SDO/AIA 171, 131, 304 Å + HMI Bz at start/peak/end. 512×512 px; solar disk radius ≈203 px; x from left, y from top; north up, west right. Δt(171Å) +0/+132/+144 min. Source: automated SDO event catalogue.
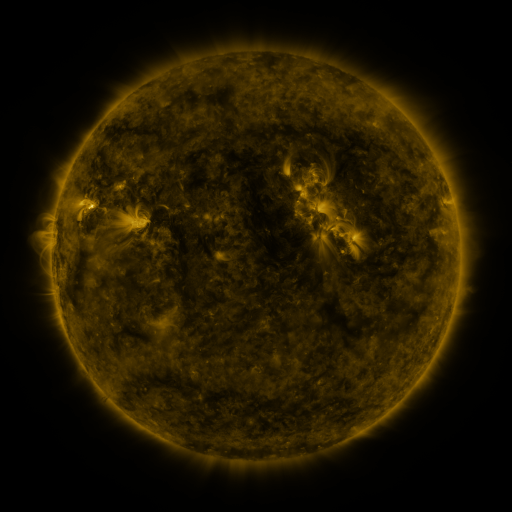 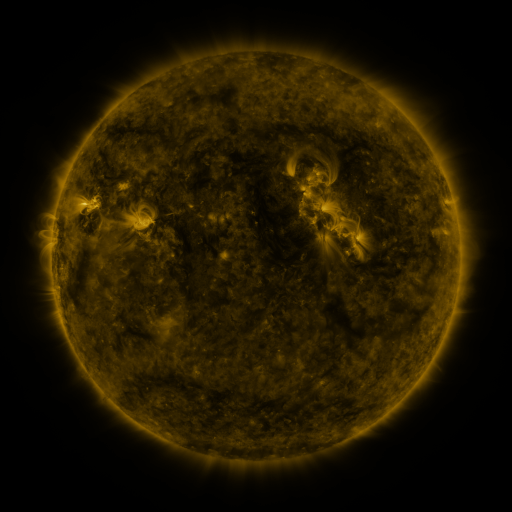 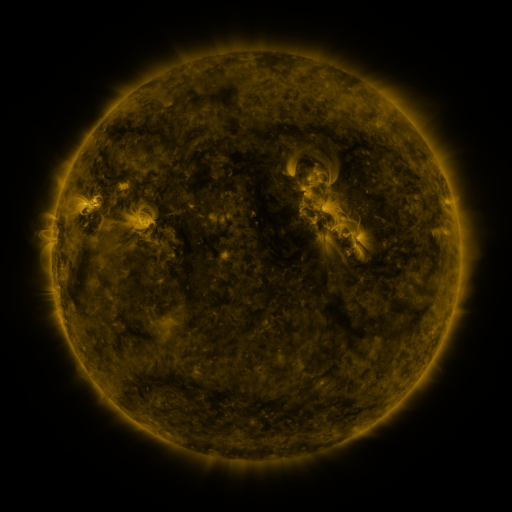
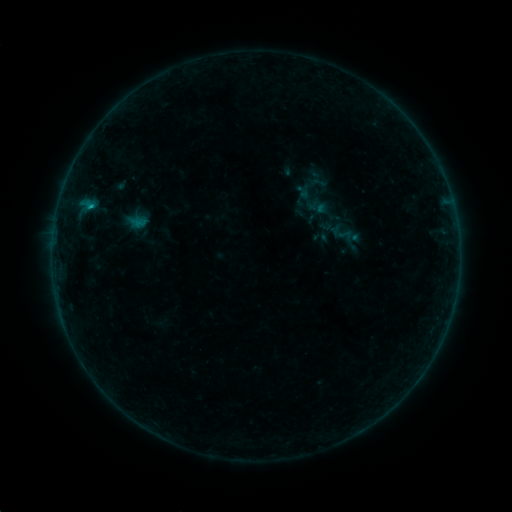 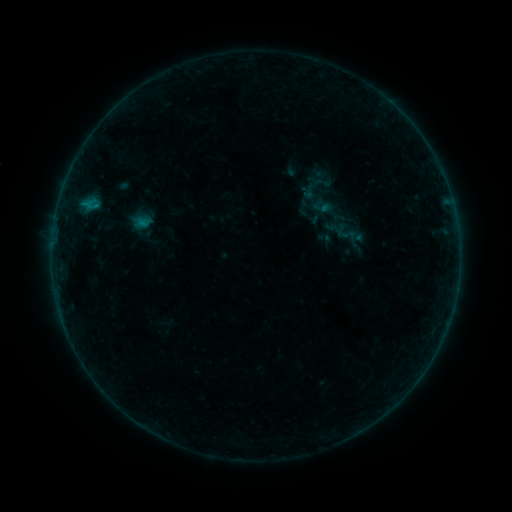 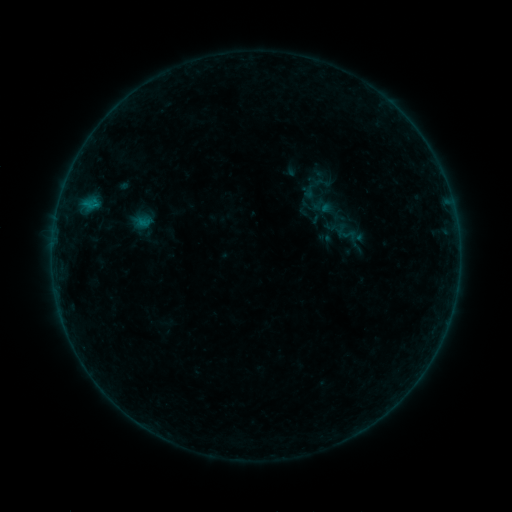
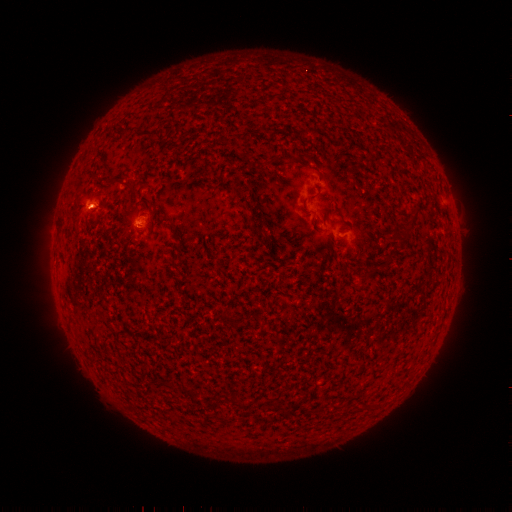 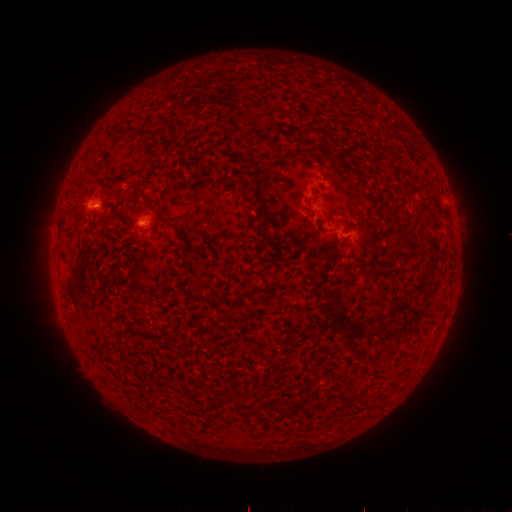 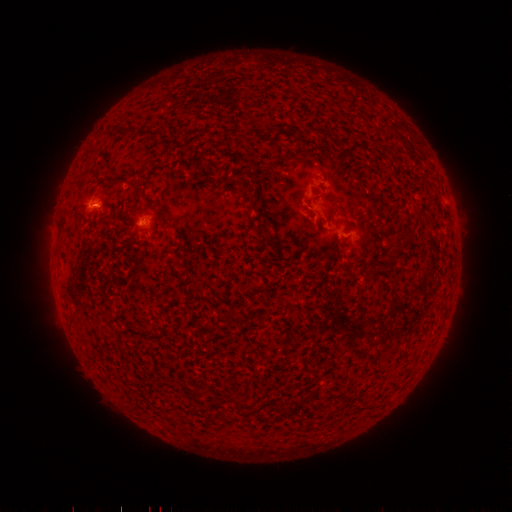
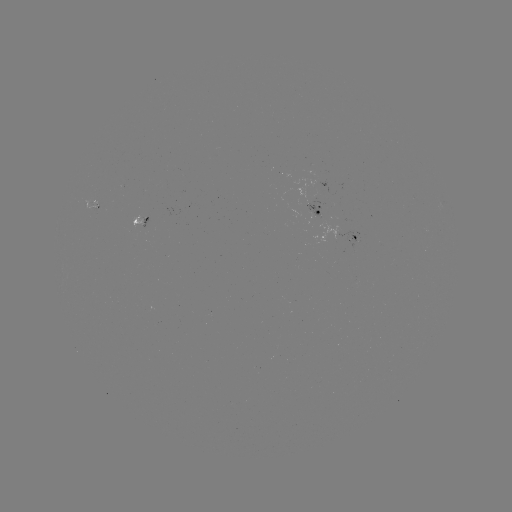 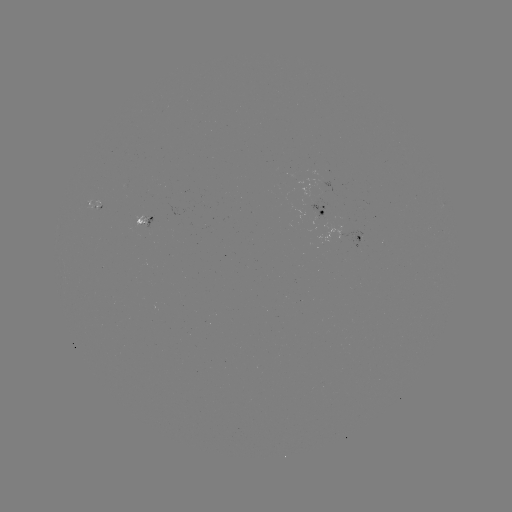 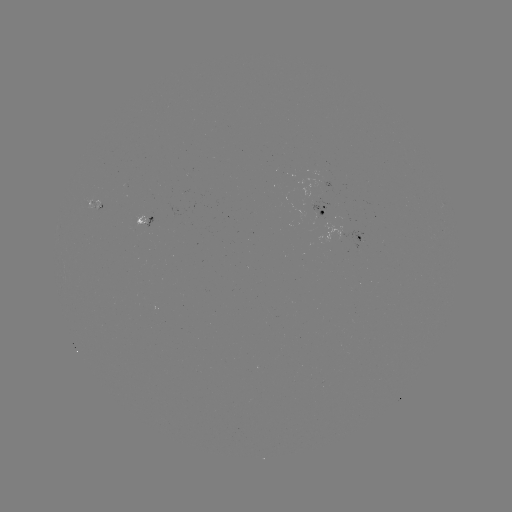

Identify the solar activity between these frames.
emerging-flux region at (98, 205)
